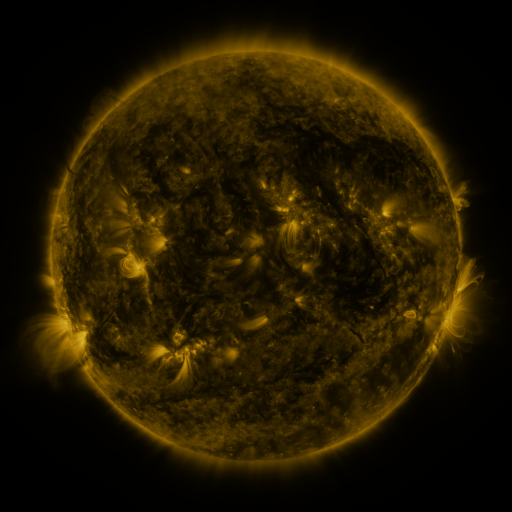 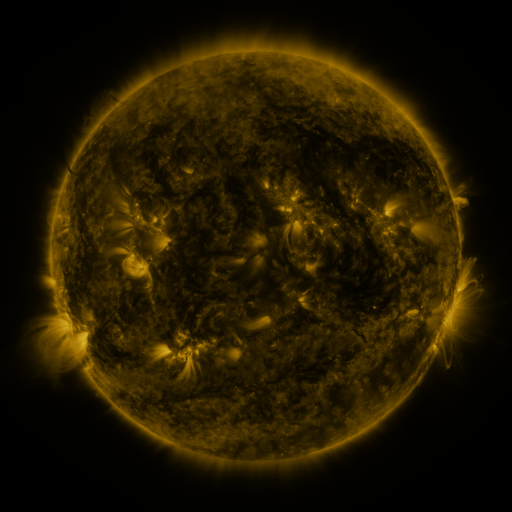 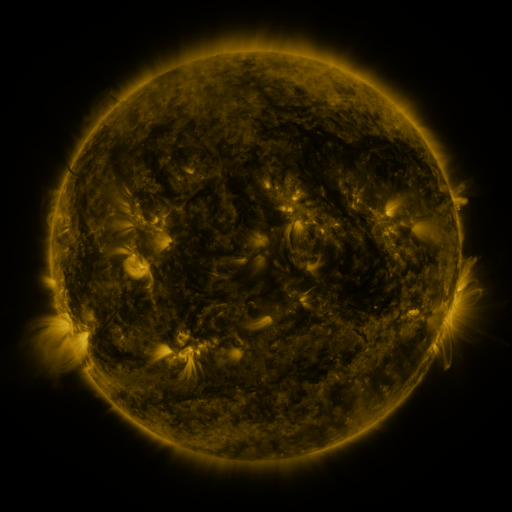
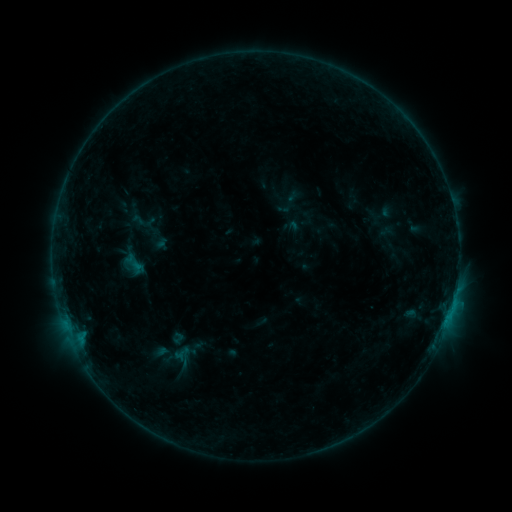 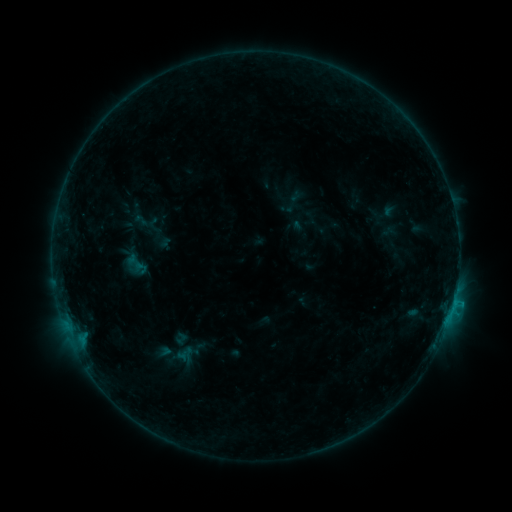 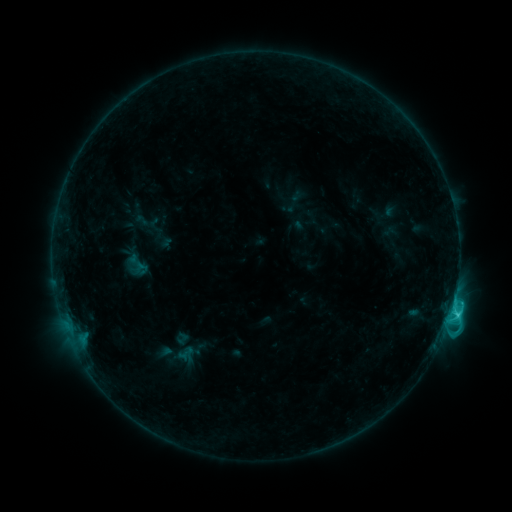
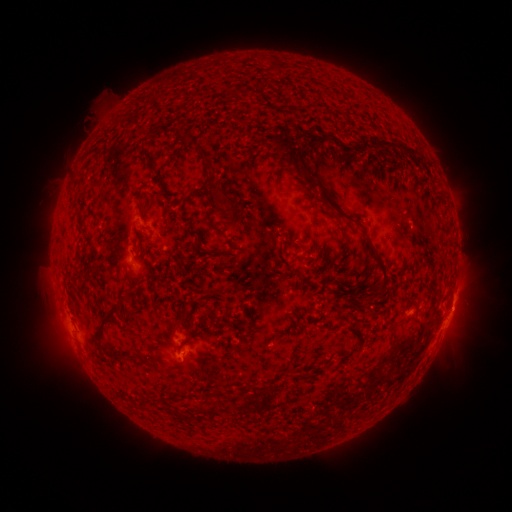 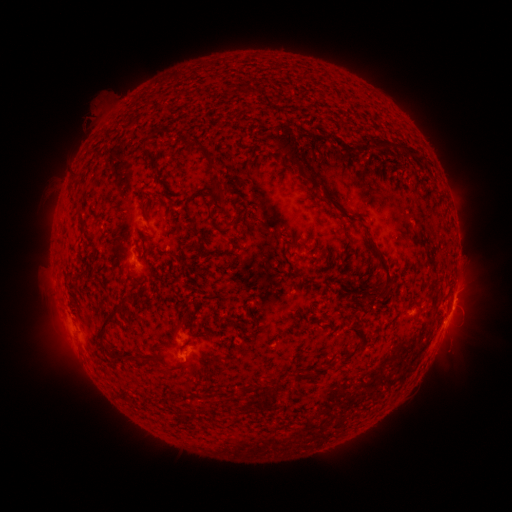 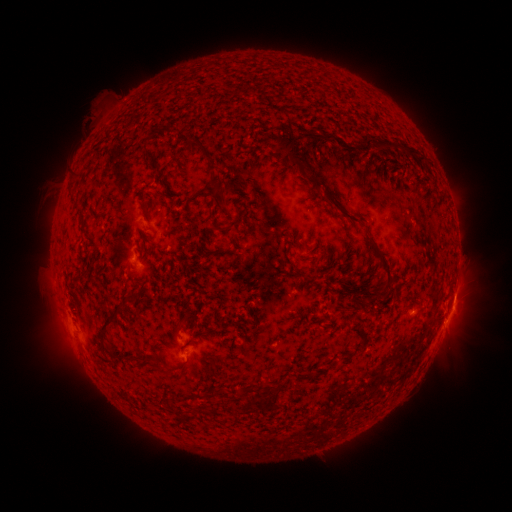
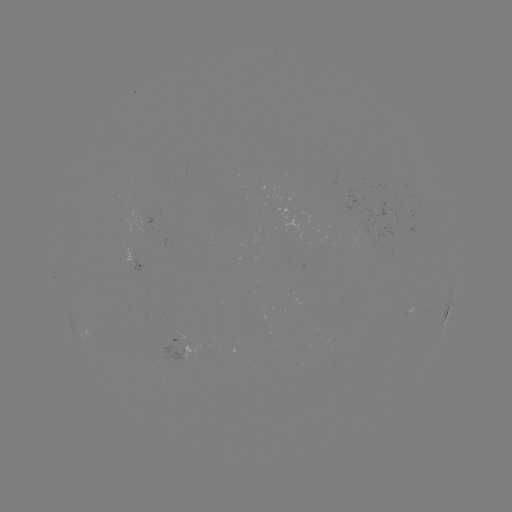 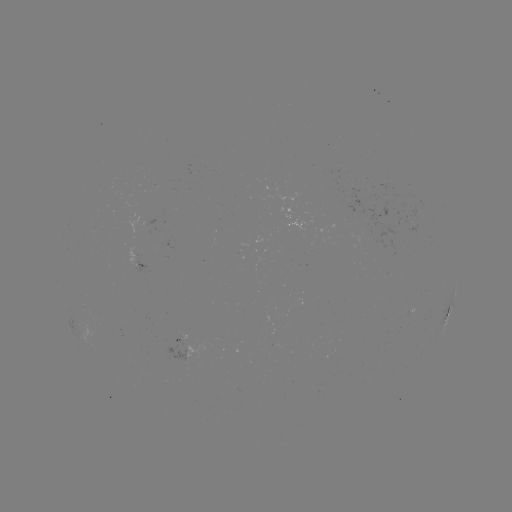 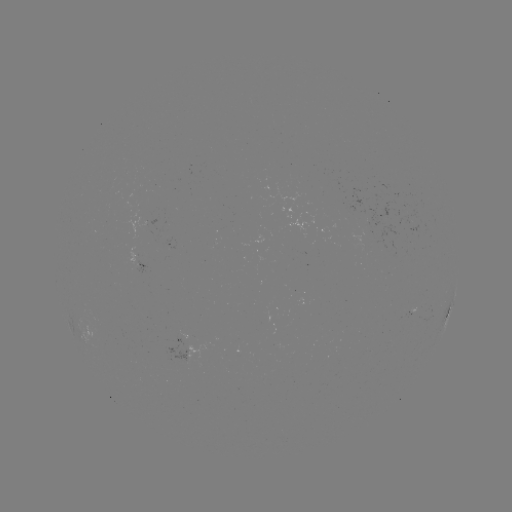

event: emerging-flux region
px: (412, 225)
